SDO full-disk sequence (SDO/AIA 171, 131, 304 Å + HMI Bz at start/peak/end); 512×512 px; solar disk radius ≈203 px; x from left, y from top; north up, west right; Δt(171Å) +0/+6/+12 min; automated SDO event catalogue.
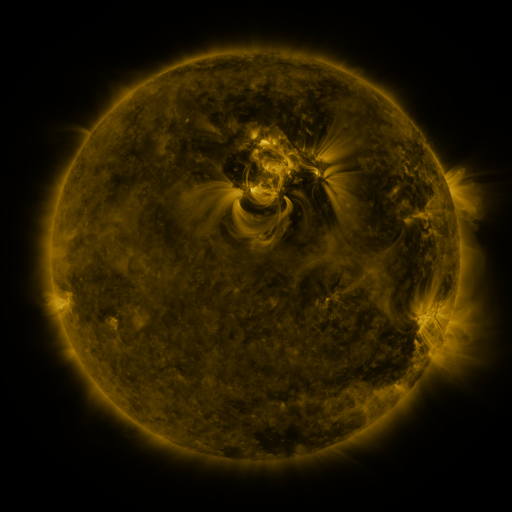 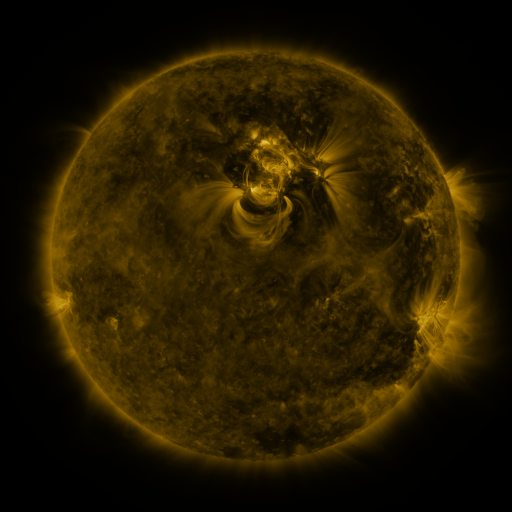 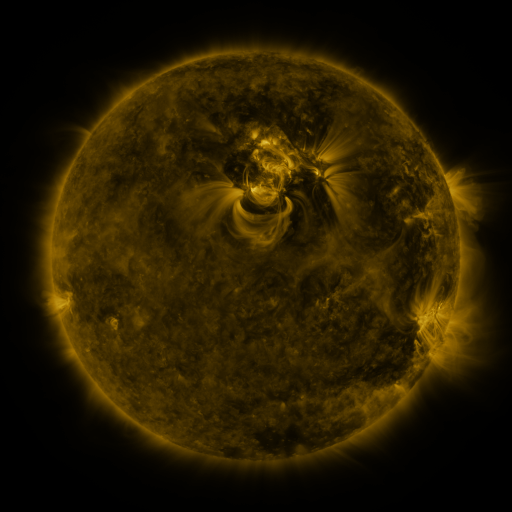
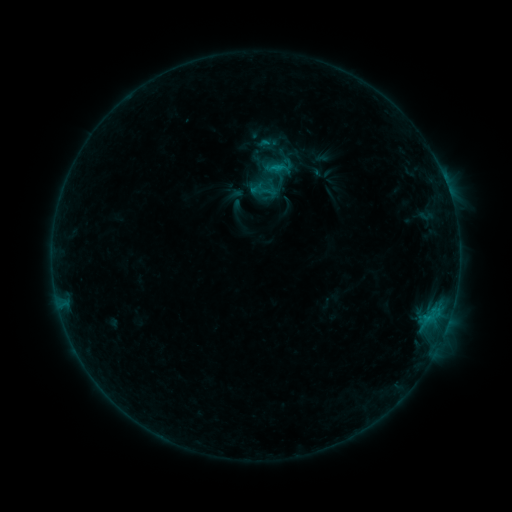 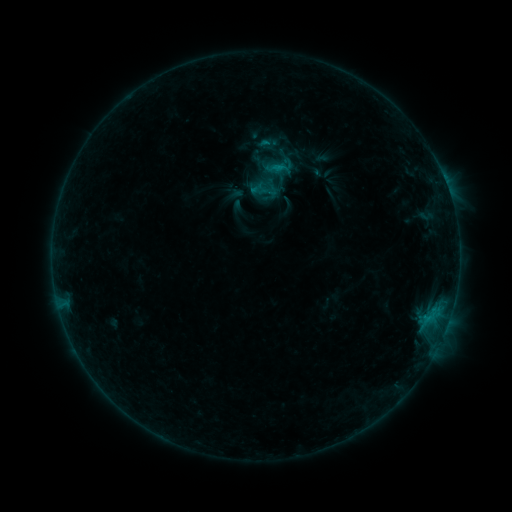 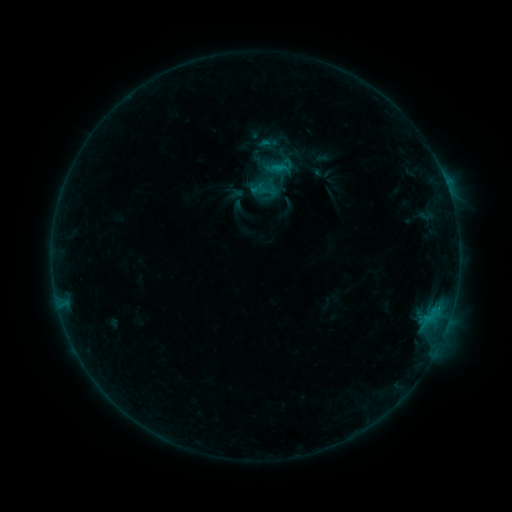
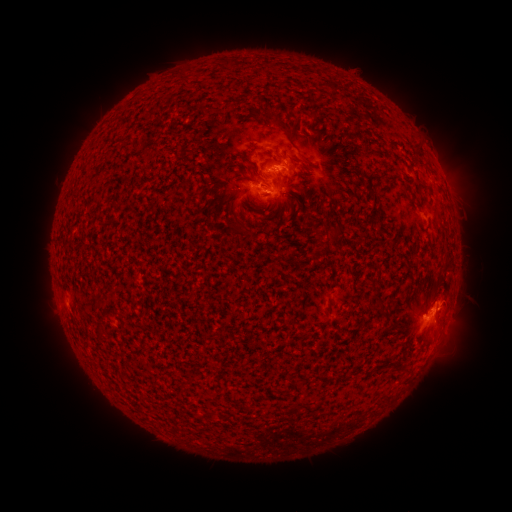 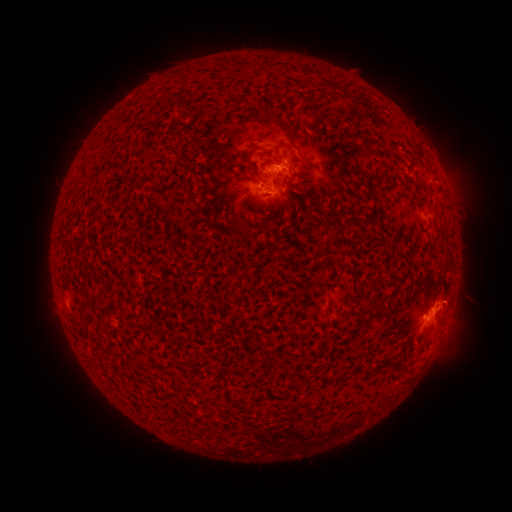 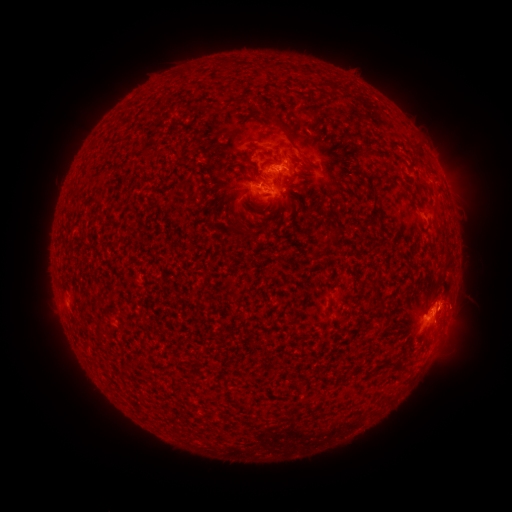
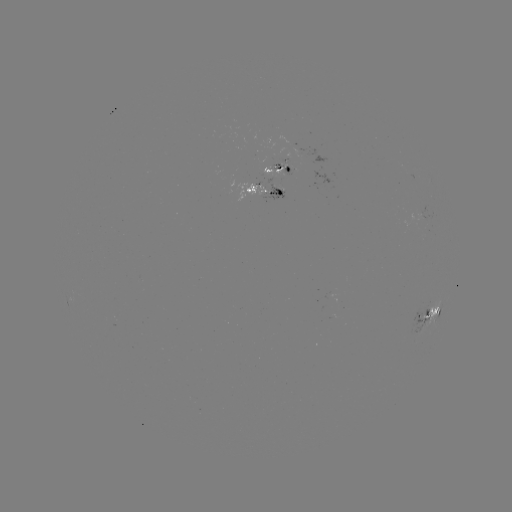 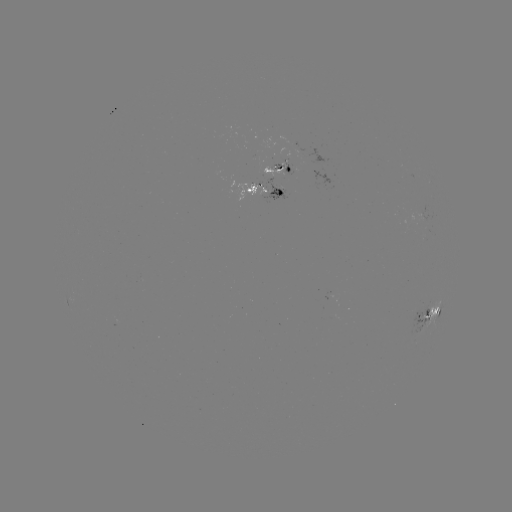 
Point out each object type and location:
eruption: (462, 300)
